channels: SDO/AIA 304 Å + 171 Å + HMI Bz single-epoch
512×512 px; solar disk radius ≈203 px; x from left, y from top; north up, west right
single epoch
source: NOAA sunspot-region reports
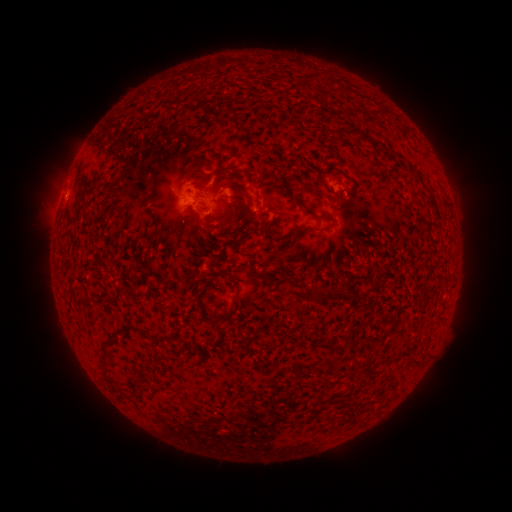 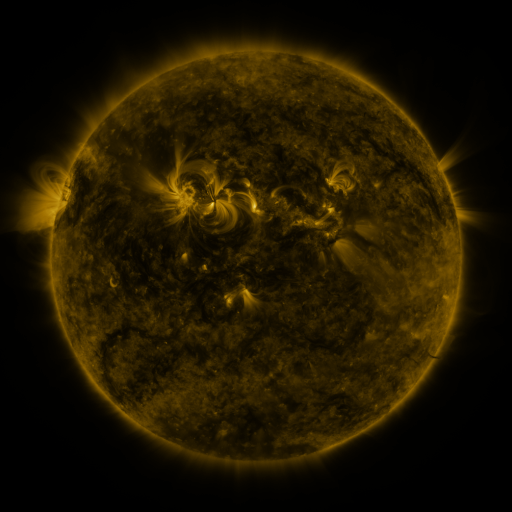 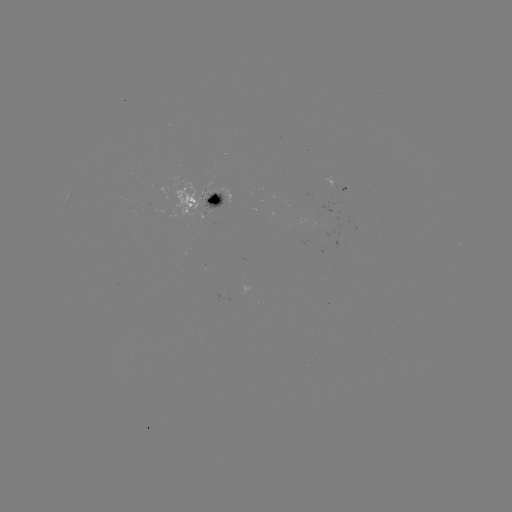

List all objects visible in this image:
spotted active region: (339, 185)
spotted active region: (207, 204)
